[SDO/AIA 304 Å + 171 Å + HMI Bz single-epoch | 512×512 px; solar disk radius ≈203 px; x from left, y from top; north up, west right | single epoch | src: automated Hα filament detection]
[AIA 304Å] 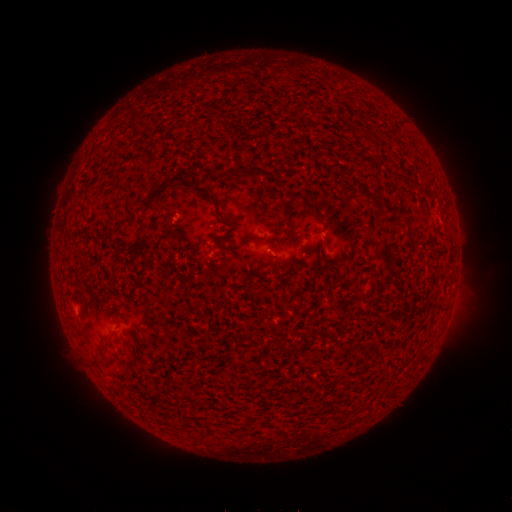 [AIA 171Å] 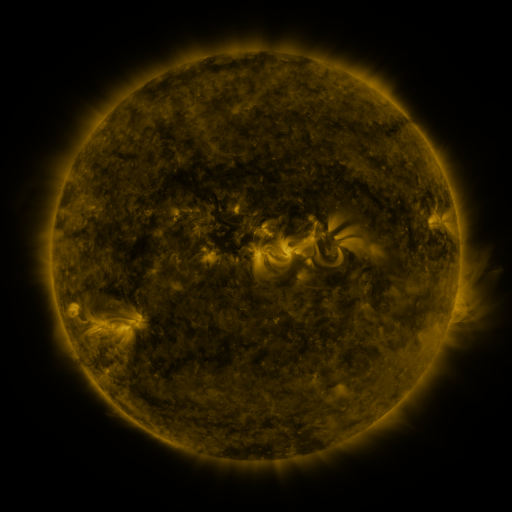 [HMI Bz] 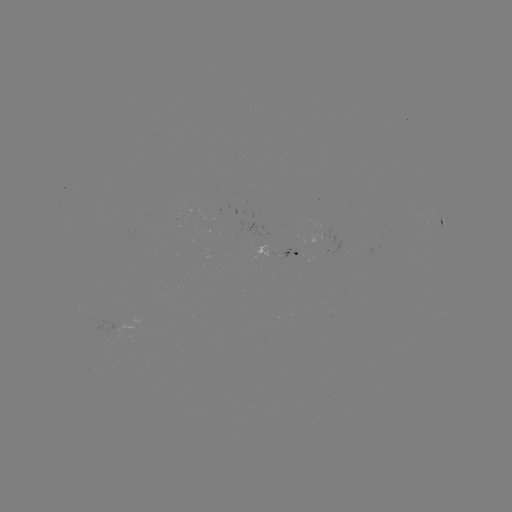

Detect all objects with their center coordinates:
filament: (255, 170)
filament: (428, 190)
filament: (149, 203)
filament: (214, 203)
filament: (391, 206)
filament: (286, 207)
filament: (312, 208)
filament: (110, 215)
filament: (251, 240)
filament: (312, 335)
filament: (289, 350)
